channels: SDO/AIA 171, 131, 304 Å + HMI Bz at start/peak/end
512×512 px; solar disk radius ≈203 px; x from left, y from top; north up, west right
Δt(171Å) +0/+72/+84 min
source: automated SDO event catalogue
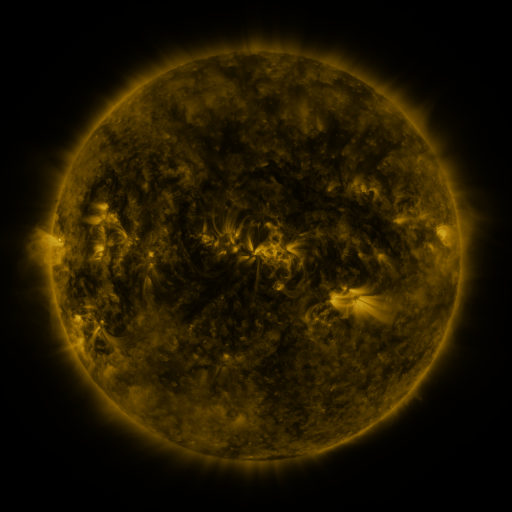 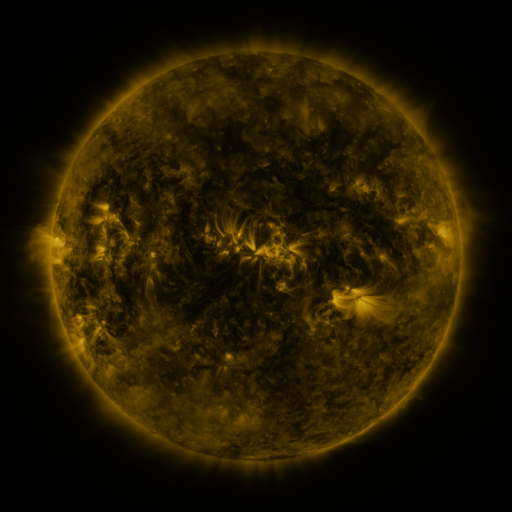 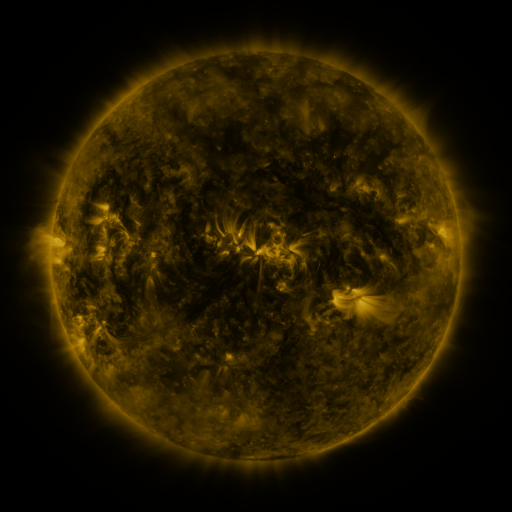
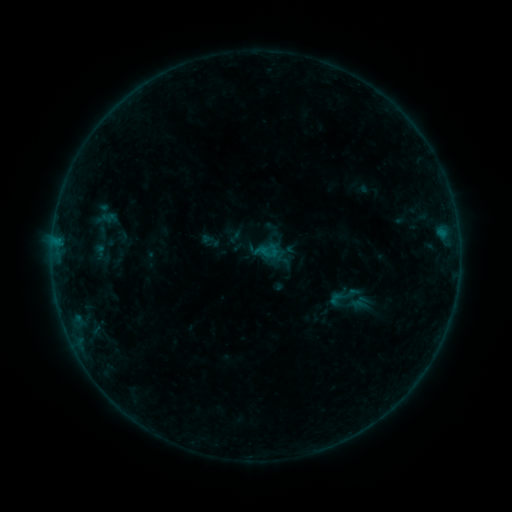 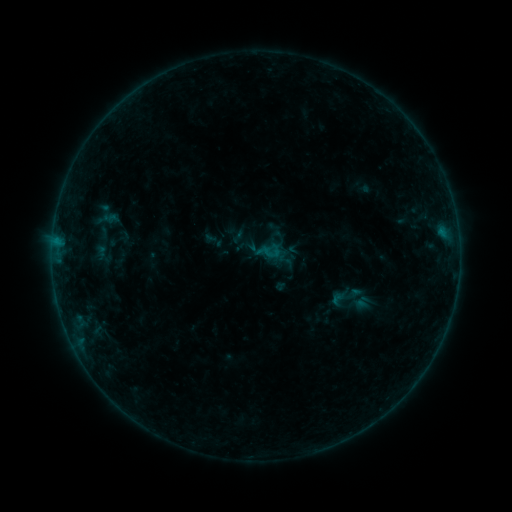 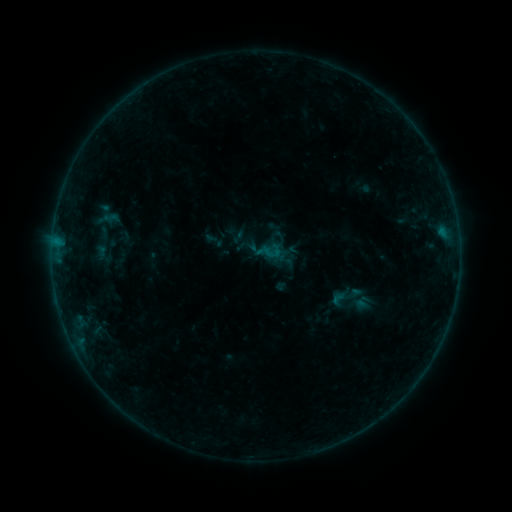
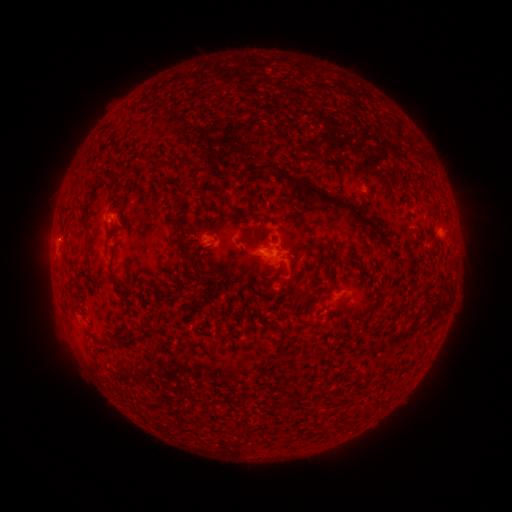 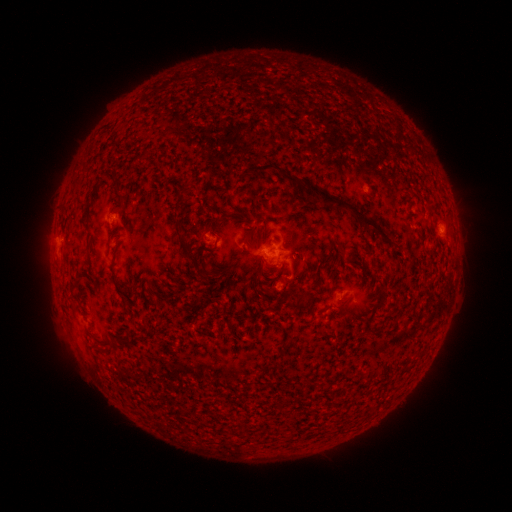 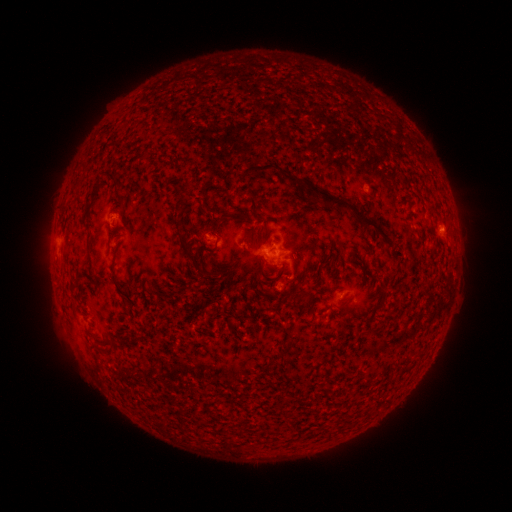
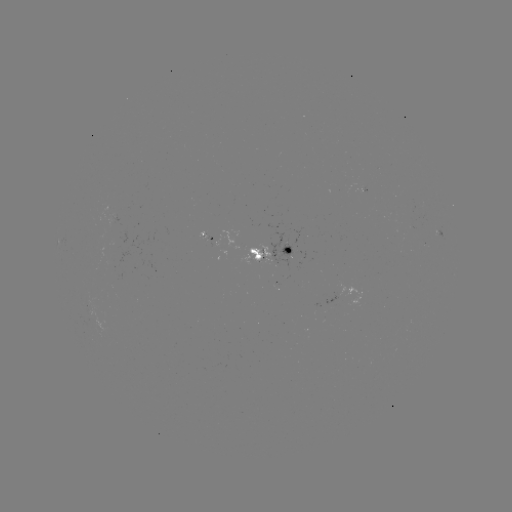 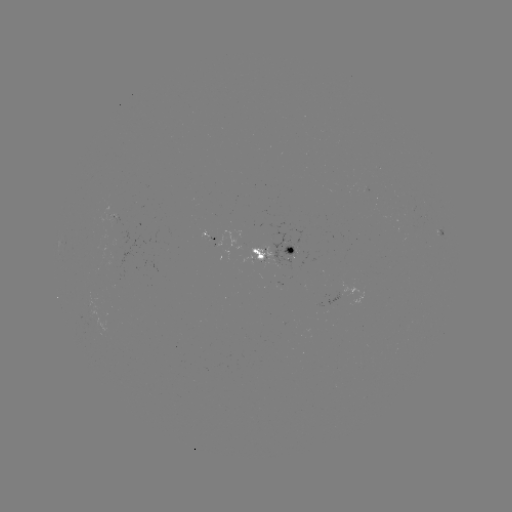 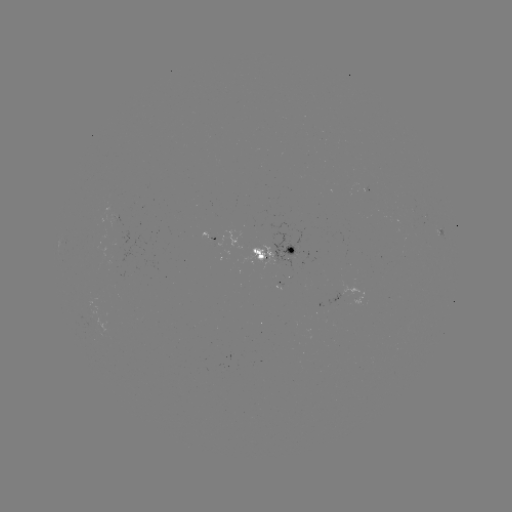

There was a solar emerging-flux region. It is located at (279, 255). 